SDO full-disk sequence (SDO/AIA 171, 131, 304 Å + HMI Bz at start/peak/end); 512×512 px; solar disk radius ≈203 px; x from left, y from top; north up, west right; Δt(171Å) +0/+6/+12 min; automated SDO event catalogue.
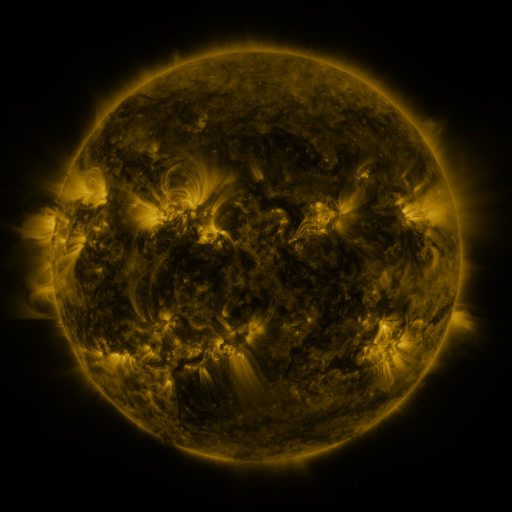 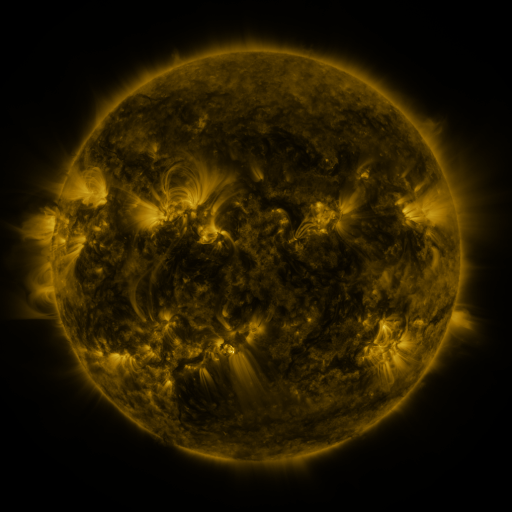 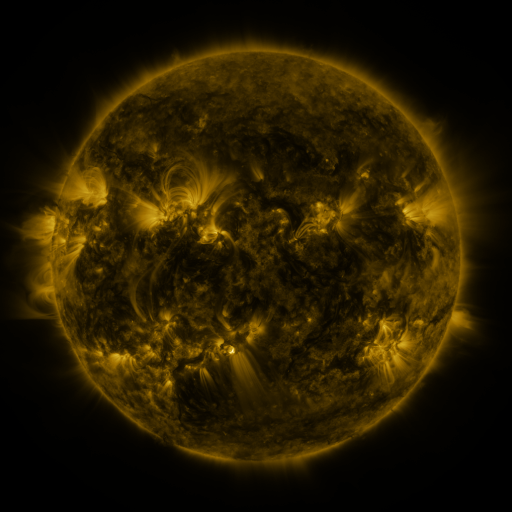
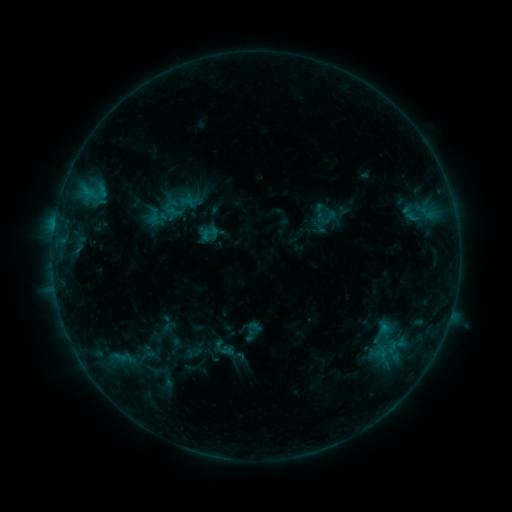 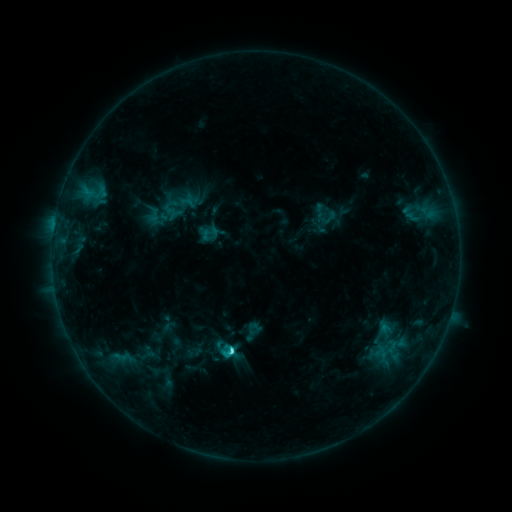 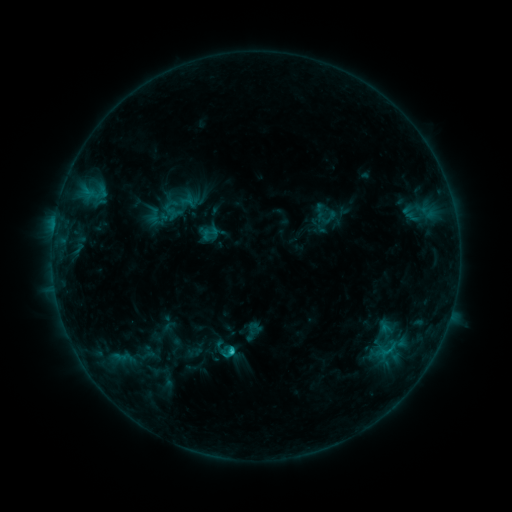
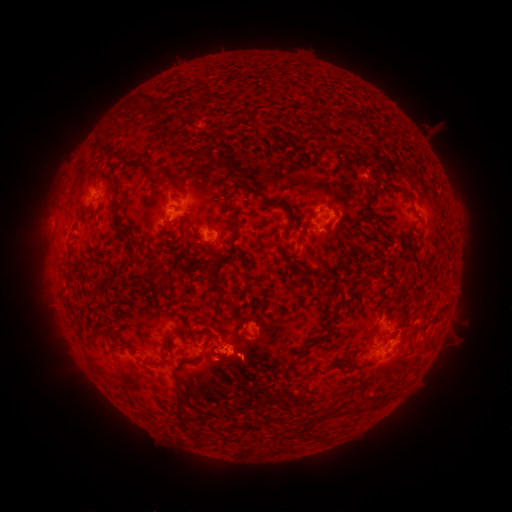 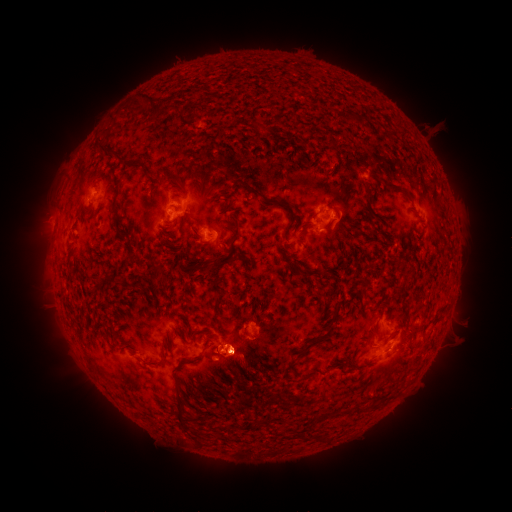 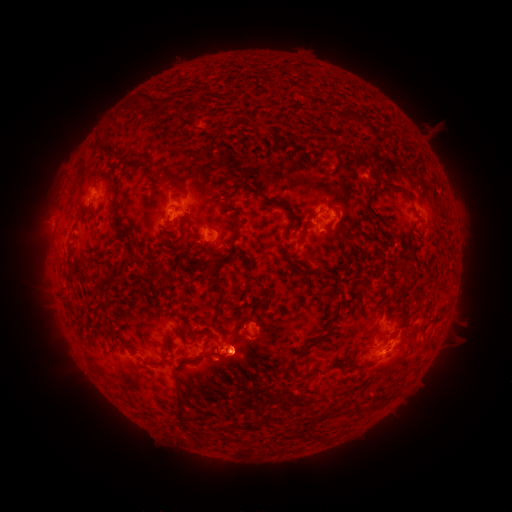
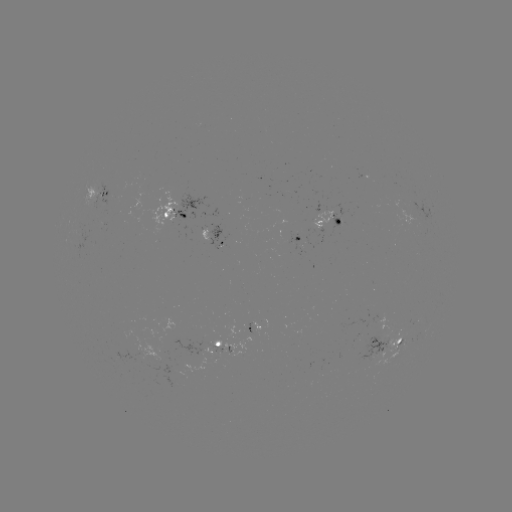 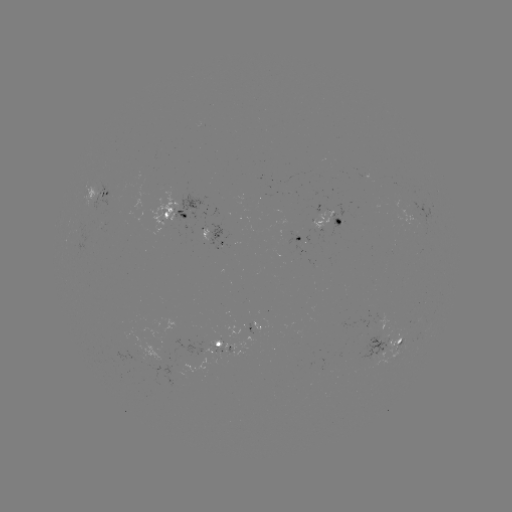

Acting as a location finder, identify C2.1 flare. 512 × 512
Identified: (233, 350).